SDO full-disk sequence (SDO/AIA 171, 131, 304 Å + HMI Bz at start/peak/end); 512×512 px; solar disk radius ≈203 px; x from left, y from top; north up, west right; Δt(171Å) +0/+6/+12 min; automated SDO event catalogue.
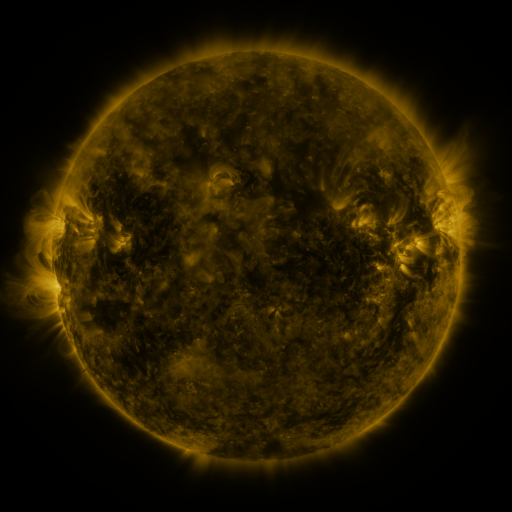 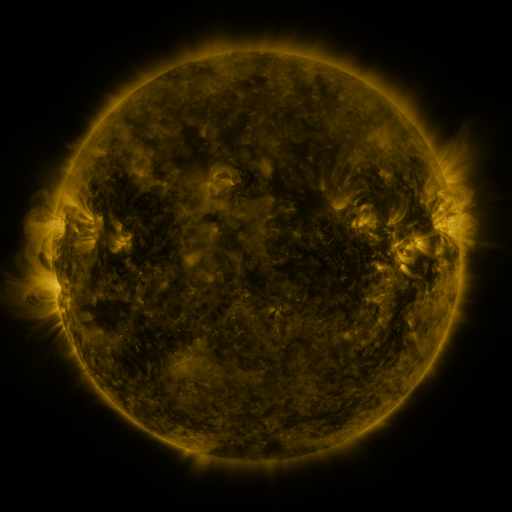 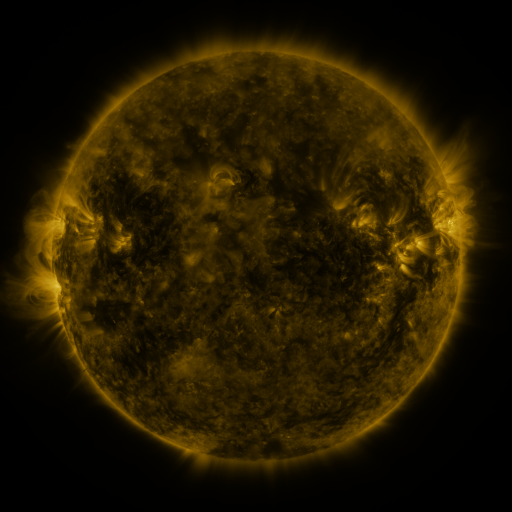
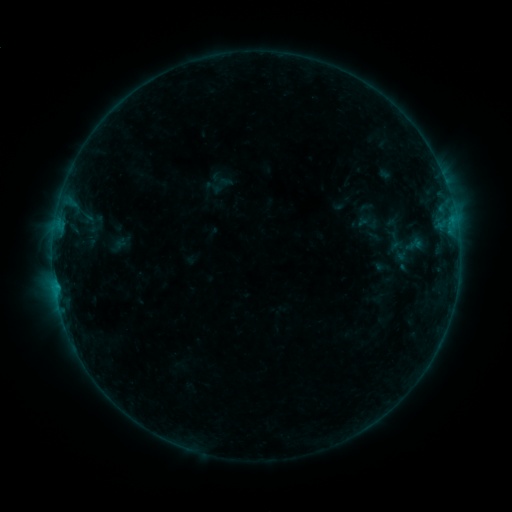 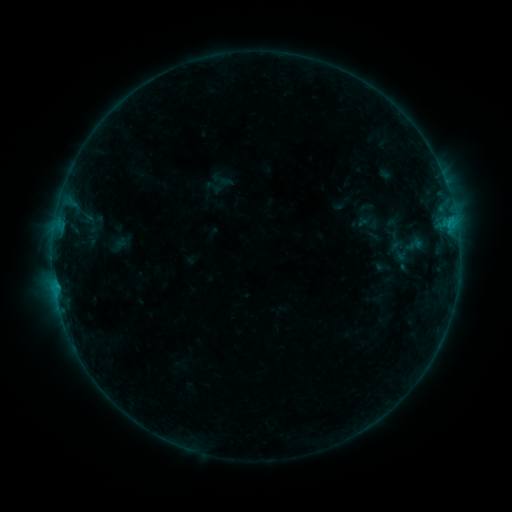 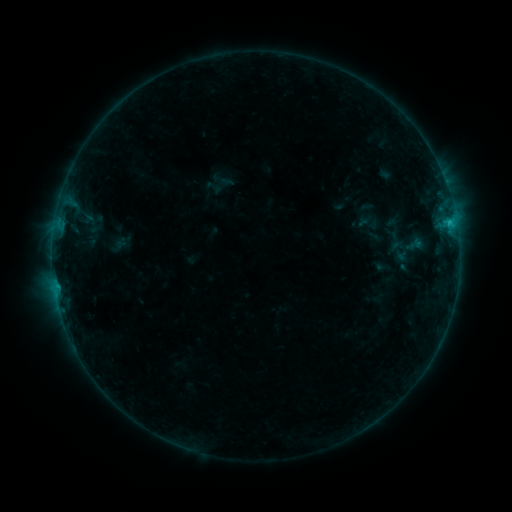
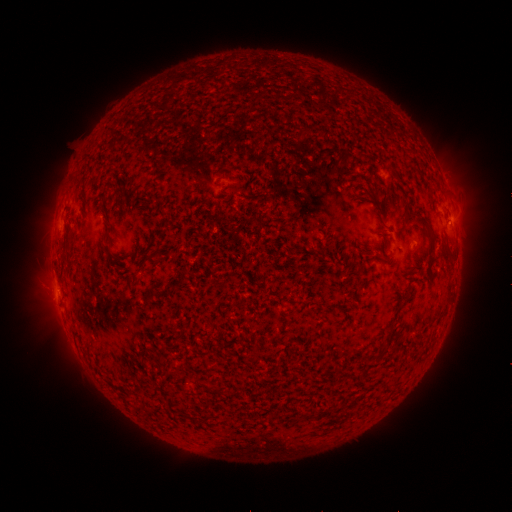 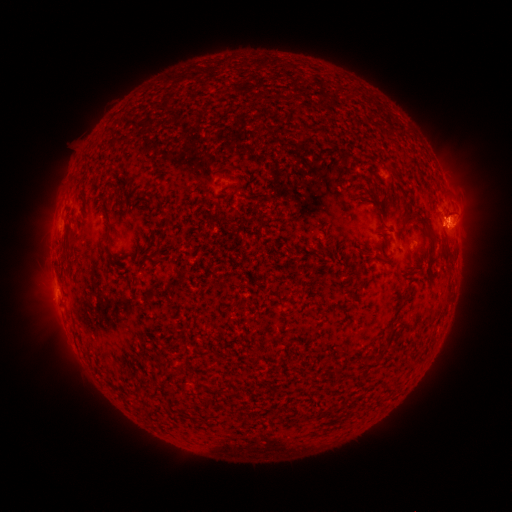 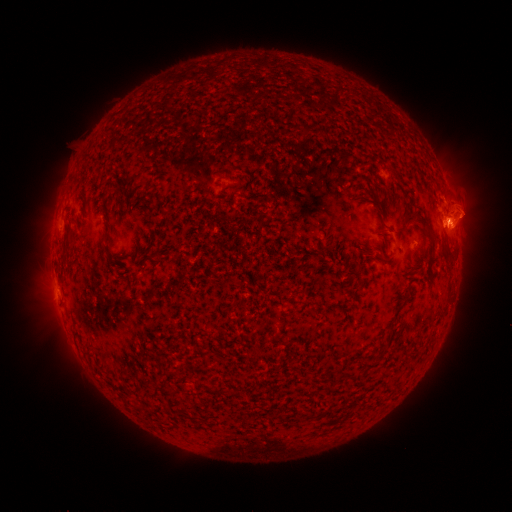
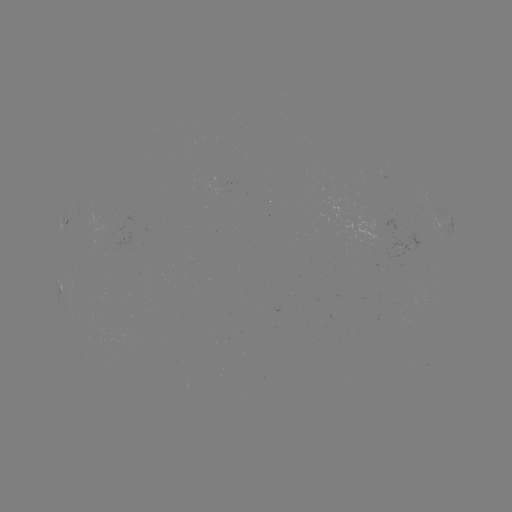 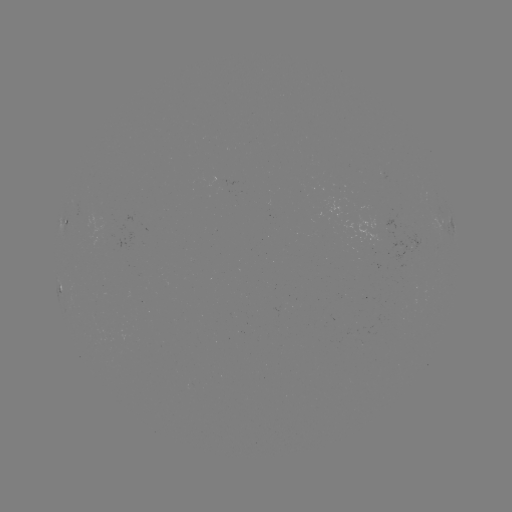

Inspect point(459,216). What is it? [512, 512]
eruption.